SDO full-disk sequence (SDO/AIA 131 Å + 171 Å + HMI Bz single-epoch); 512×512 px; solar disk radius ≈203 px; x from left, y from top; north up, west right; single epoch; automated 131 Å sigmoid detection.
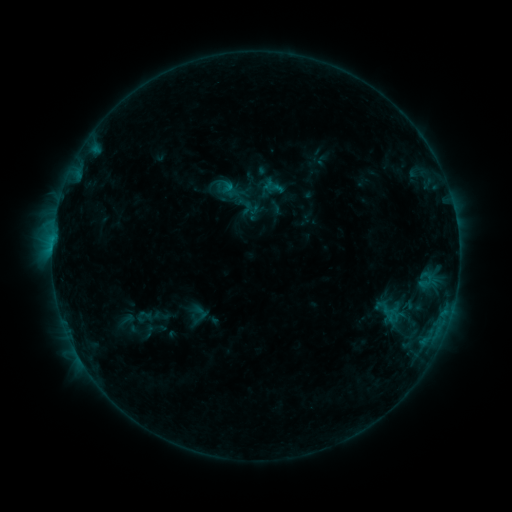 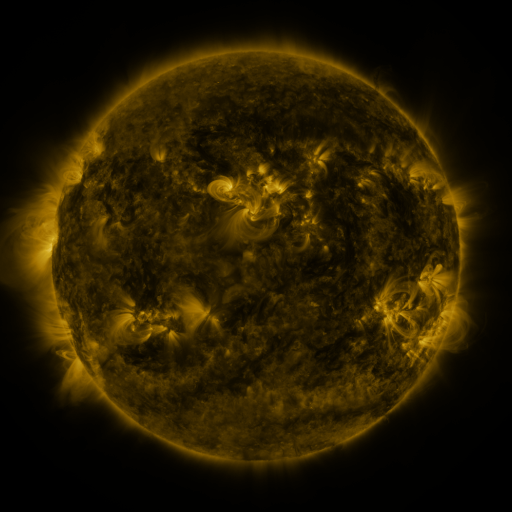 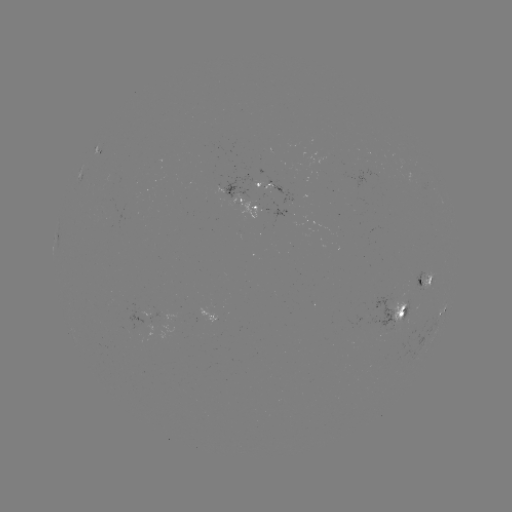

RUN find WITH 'sigmoid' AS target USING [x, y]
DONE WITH [200, 312] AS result